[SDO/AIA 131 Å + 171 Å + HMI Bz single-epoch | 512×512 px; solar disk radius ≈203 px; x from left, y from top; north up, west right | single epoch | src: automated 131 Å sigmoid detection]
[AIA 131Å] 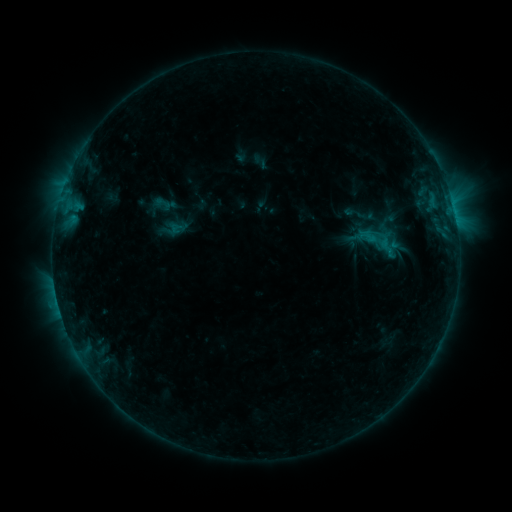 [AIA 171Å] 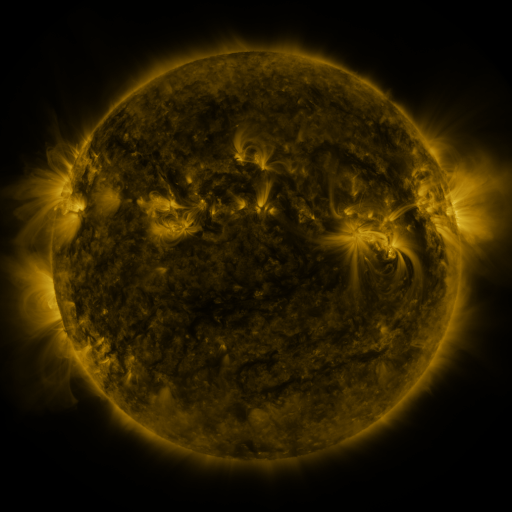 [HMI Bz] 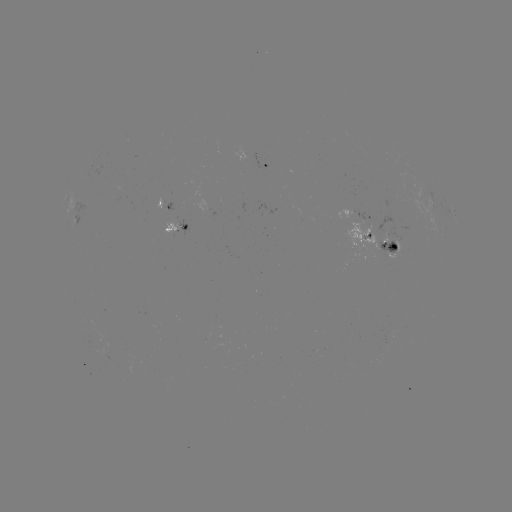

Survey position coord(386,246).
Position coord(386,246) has sigmoid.